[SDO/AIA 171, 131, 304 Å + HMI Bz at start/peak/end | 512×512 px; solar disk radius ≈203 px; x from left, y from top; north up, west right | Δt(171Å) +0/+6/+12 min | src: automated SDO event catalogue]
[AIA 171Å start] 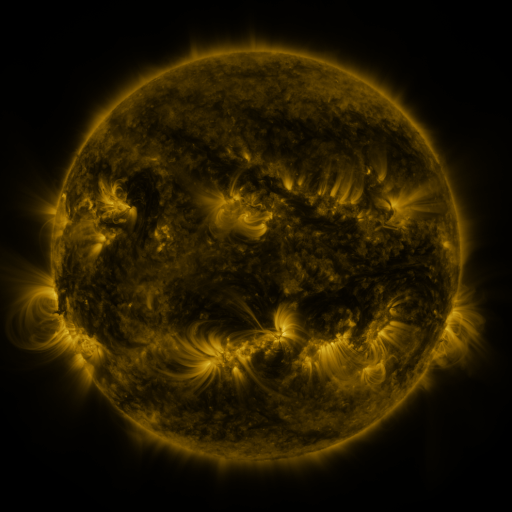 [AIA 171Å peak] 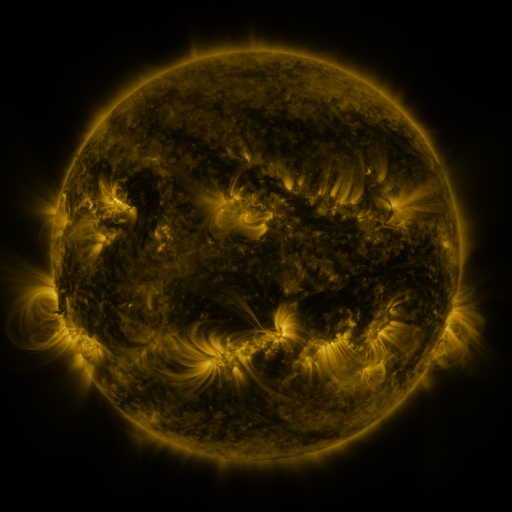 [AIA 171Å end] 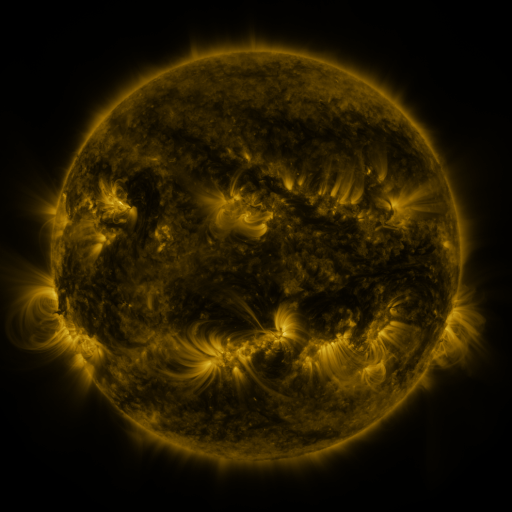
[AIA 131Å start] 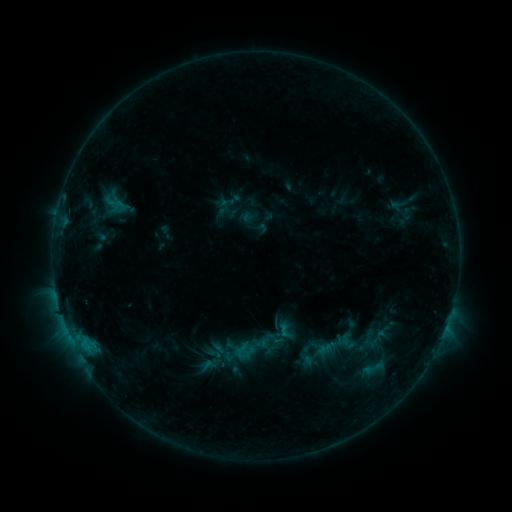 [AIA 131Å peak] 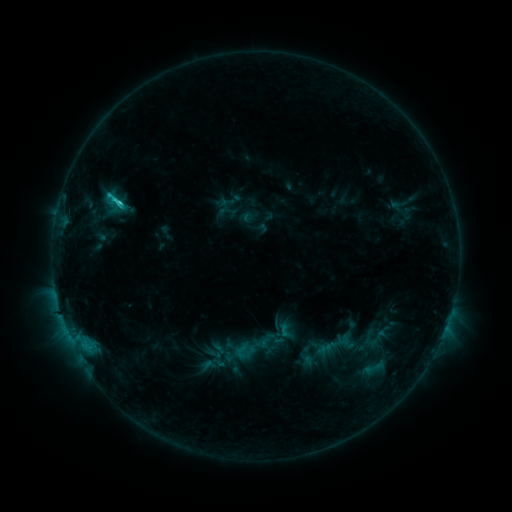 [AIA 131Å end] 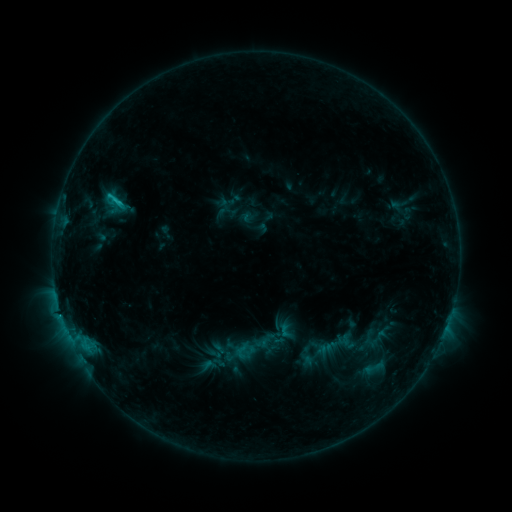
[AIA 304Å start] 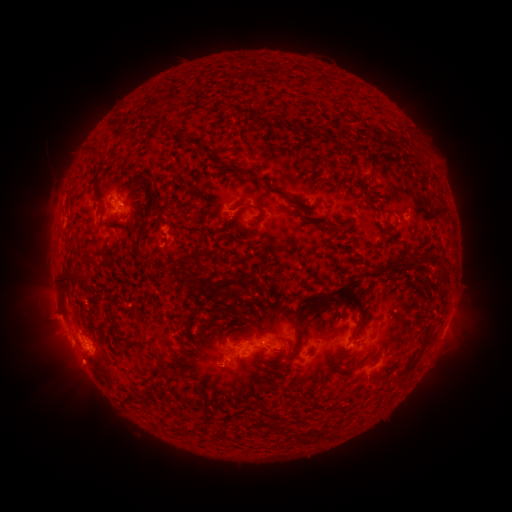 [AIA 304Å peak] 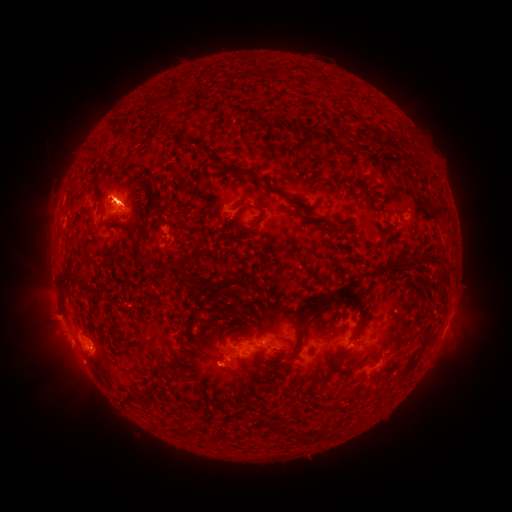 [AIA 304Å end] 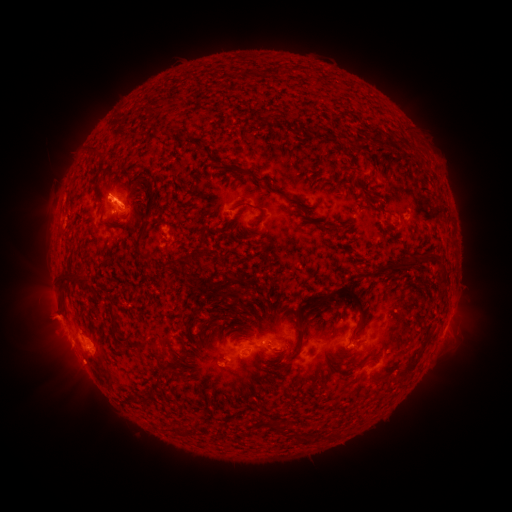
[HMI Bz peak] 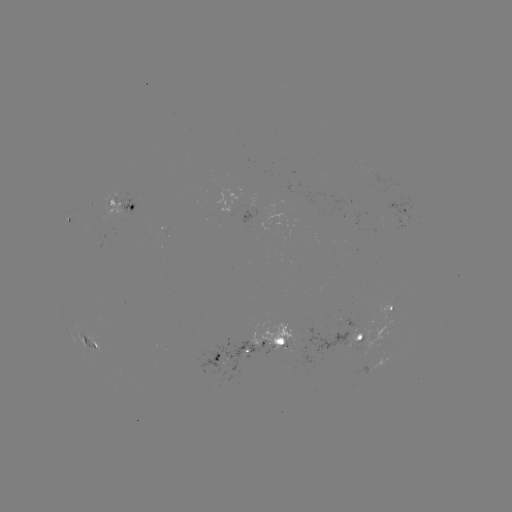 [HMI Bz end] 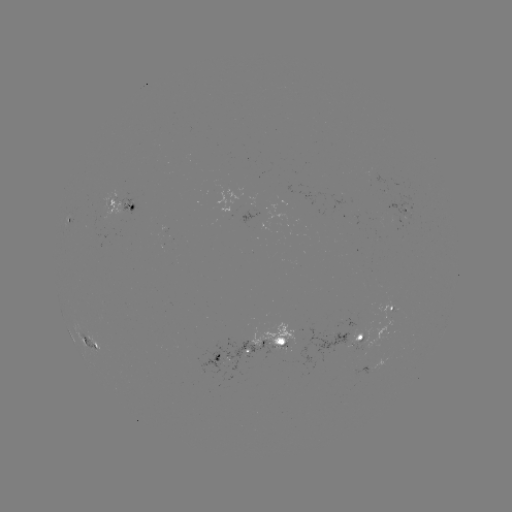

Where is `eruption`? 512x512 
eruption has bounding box [63, 87, 140, 155].